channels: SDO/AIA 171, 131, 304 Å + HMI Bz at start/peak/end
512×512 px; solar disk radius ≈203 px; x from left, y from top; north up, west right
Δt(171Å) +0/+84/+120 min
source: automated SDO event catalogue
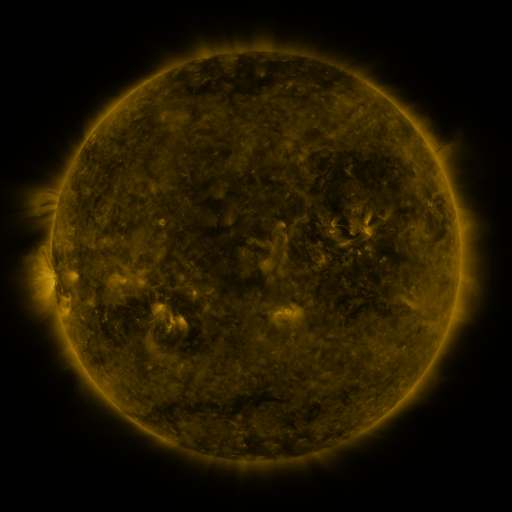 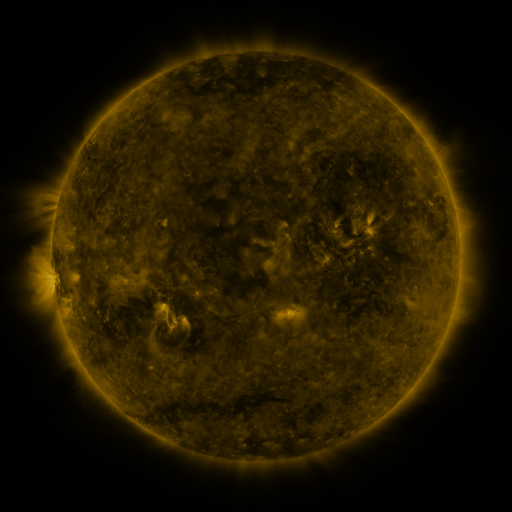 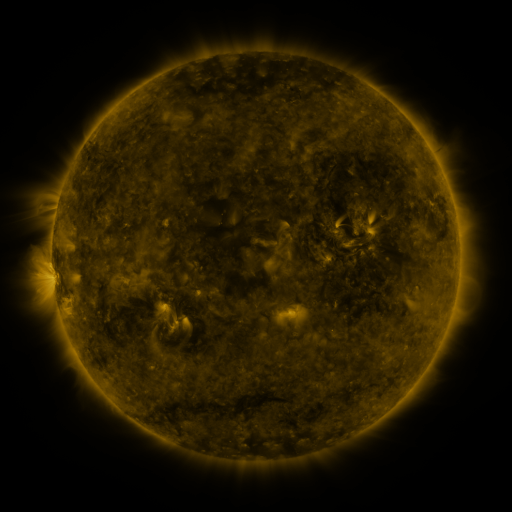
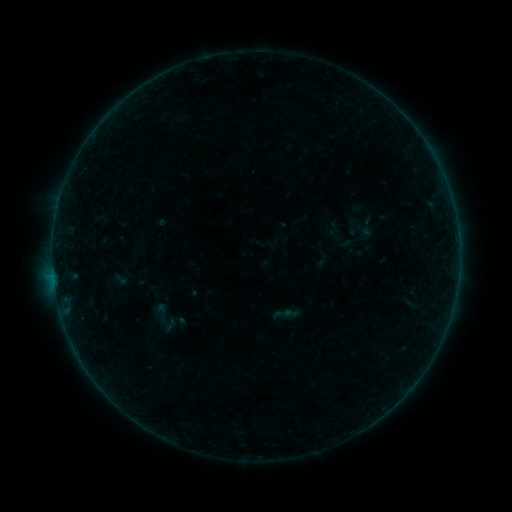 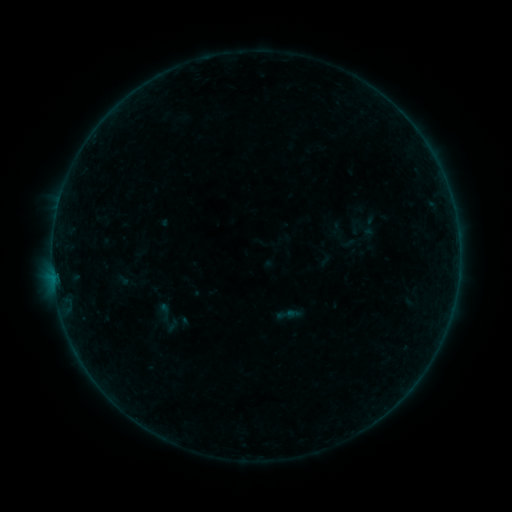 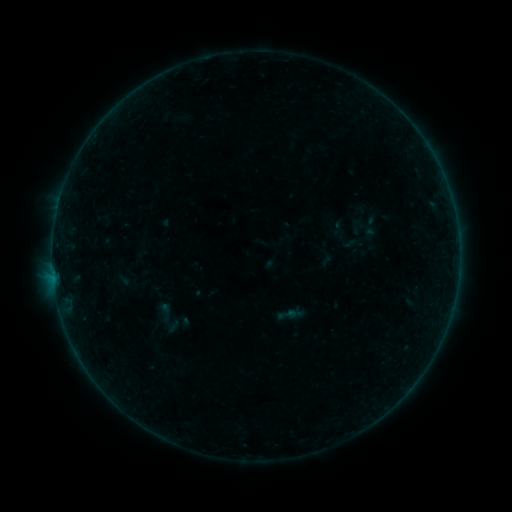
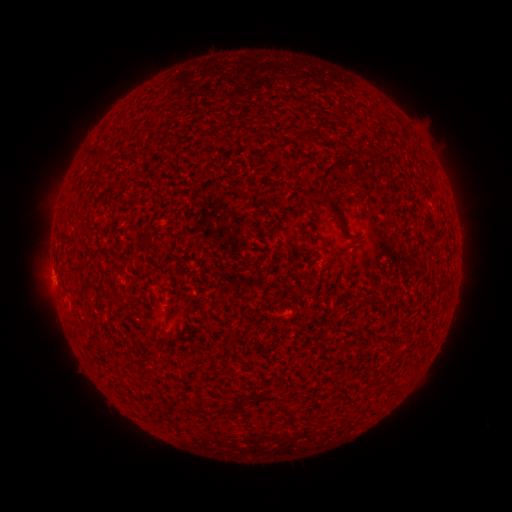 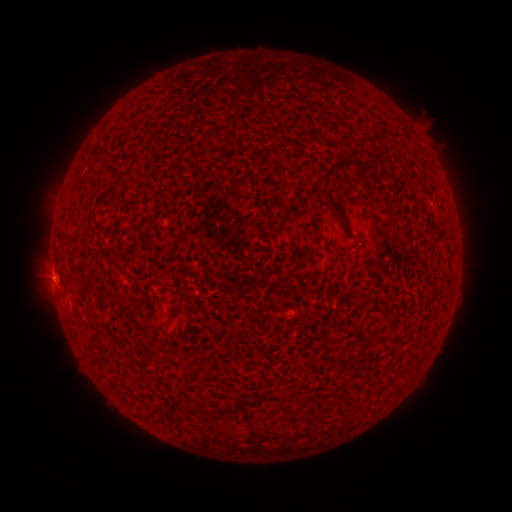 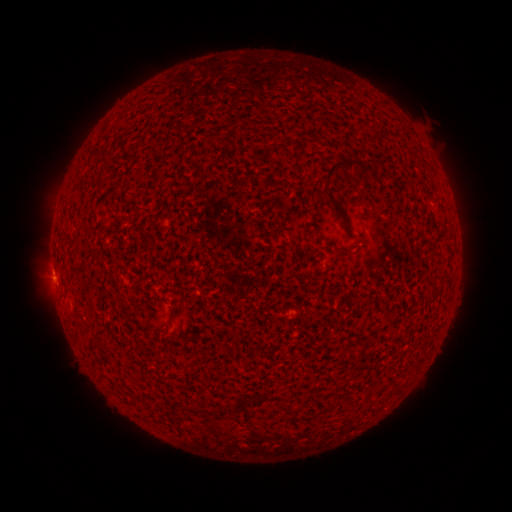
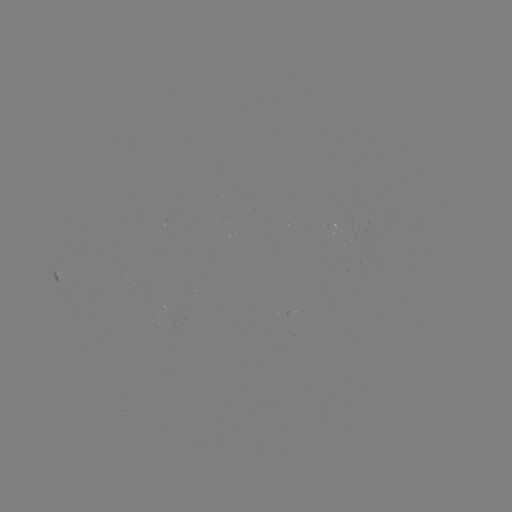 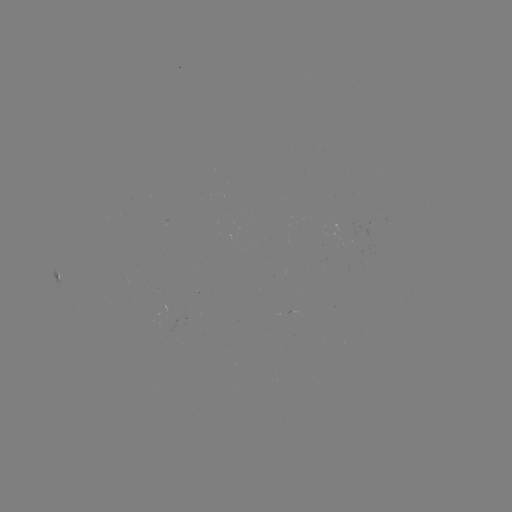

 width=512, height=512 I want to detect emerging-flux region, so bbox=[320, 254, 326, 269].